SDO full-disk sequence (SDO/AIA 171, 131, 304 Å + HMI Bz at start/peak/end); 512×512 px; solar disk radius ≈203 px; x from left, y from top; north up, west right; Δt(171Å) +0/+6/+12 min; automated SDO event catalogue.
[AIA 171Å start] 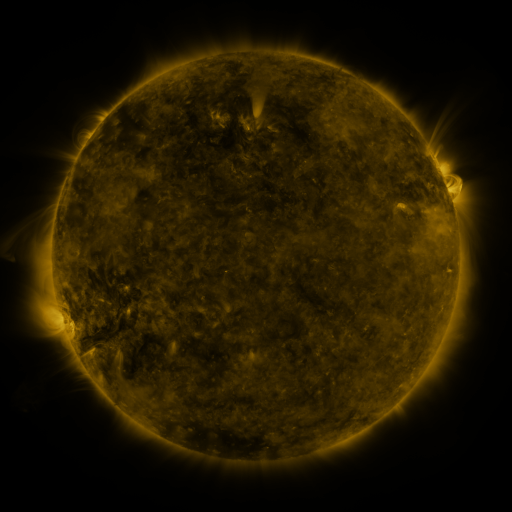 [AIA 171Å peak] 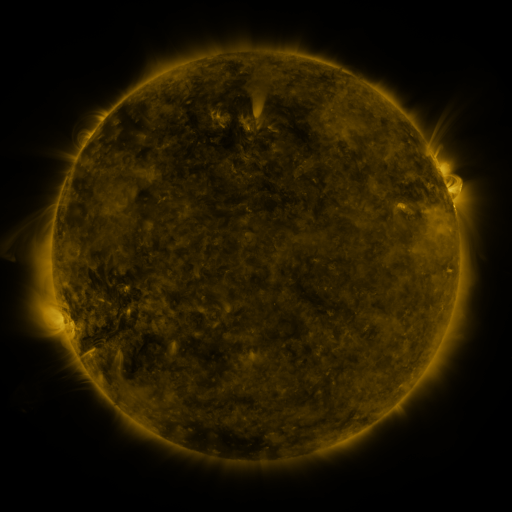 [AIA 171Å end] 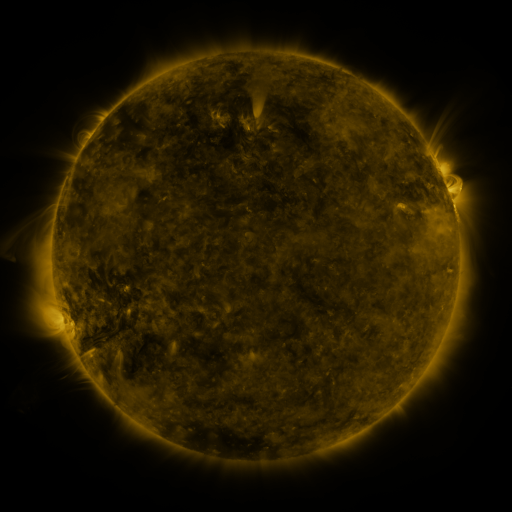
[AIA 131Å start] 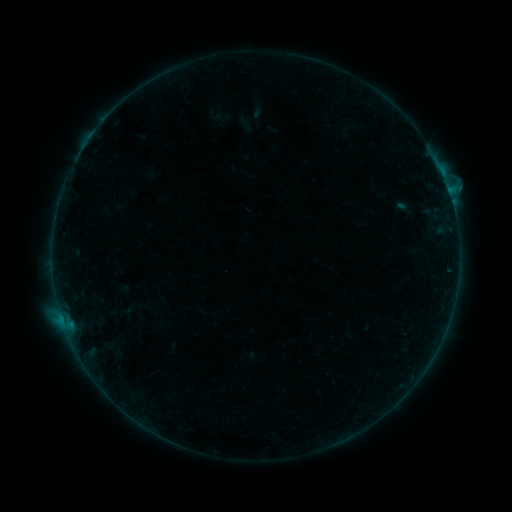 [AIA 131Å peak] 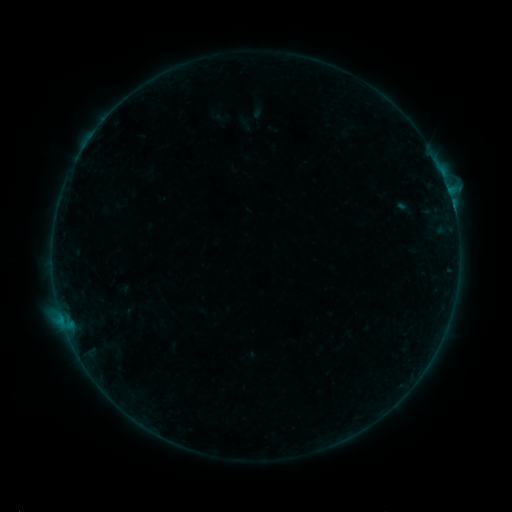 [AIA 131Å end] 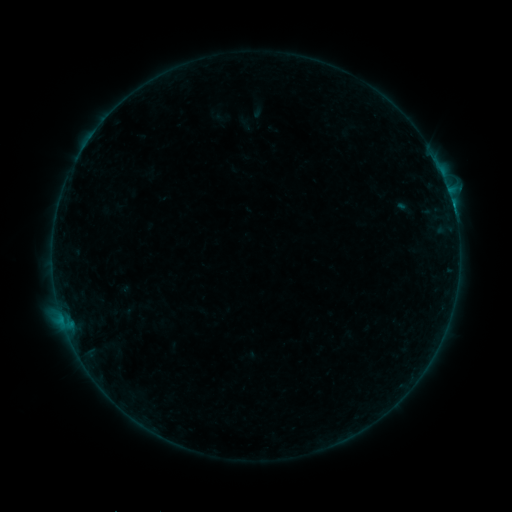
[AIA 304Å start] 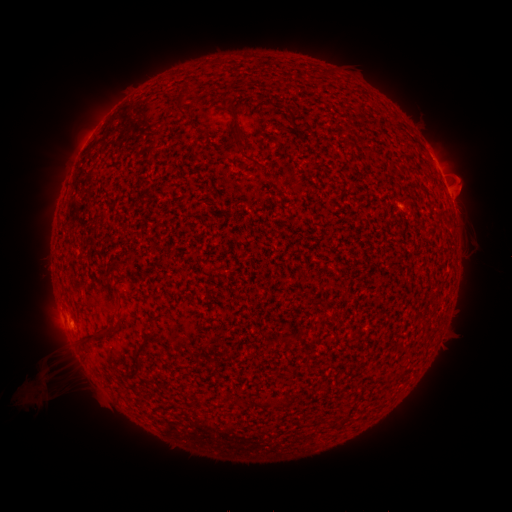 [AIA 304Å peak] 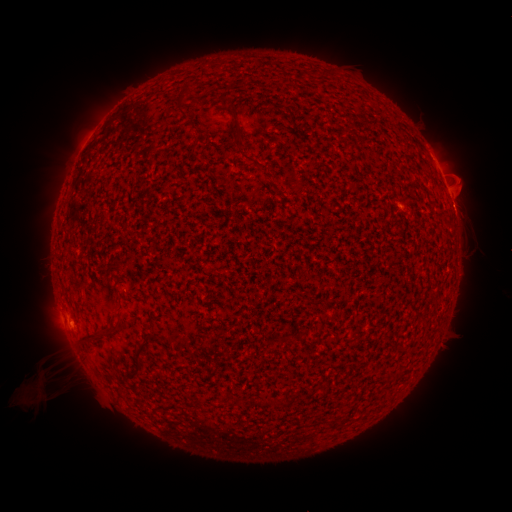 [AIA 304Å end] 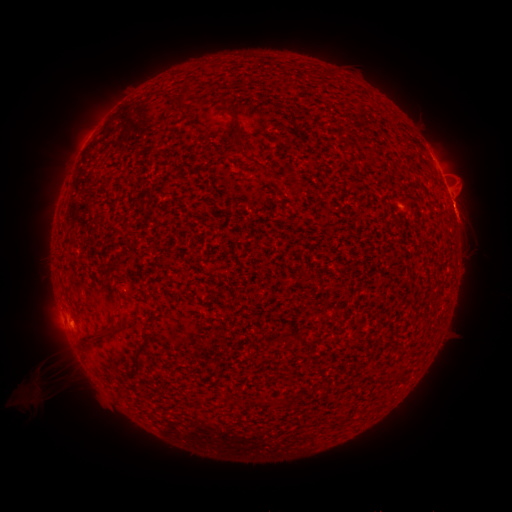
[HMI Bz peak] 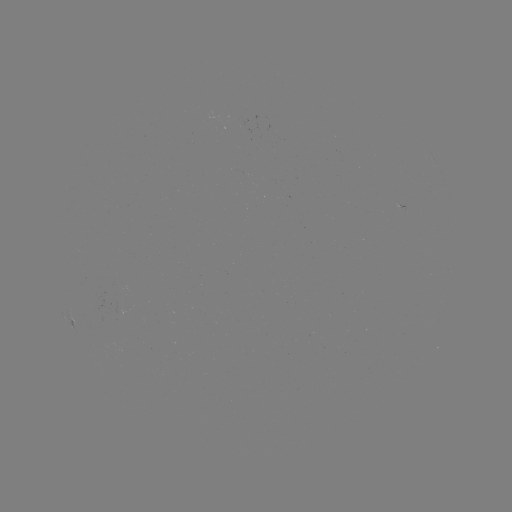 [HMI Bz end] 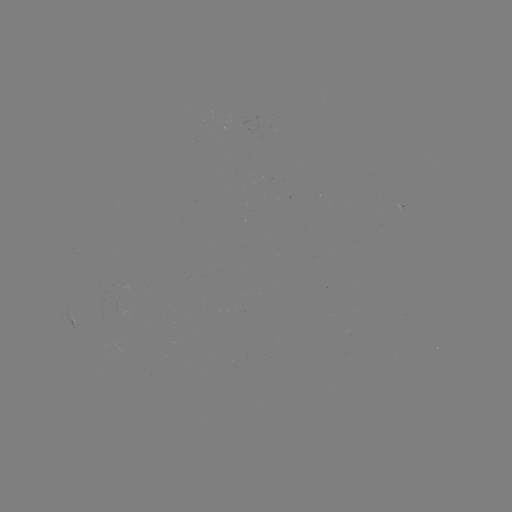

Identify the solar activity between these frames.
B3.4 flare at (62, 317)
